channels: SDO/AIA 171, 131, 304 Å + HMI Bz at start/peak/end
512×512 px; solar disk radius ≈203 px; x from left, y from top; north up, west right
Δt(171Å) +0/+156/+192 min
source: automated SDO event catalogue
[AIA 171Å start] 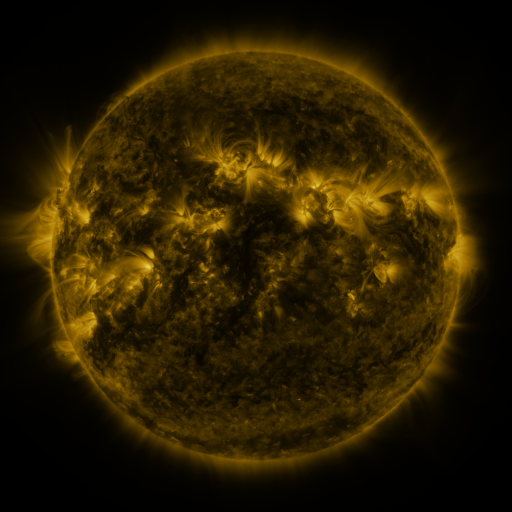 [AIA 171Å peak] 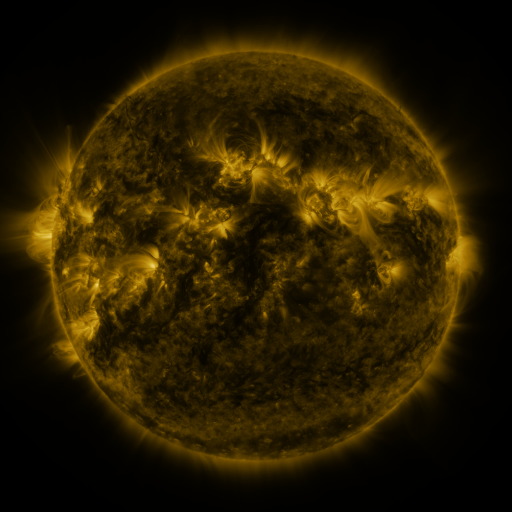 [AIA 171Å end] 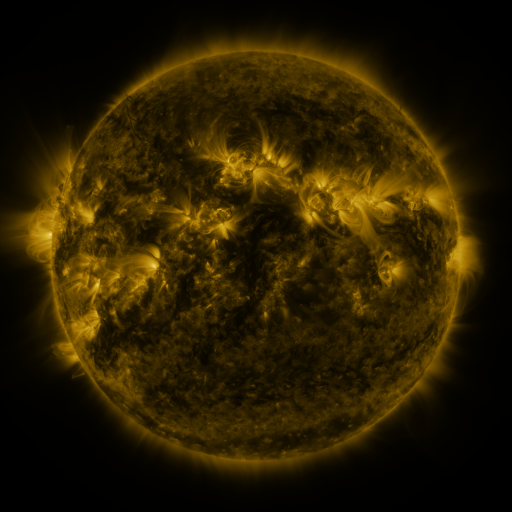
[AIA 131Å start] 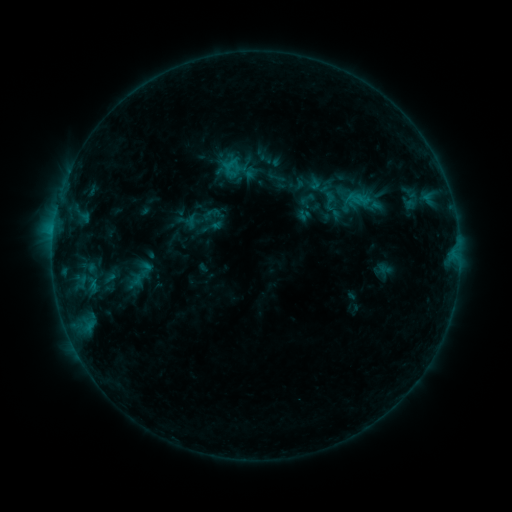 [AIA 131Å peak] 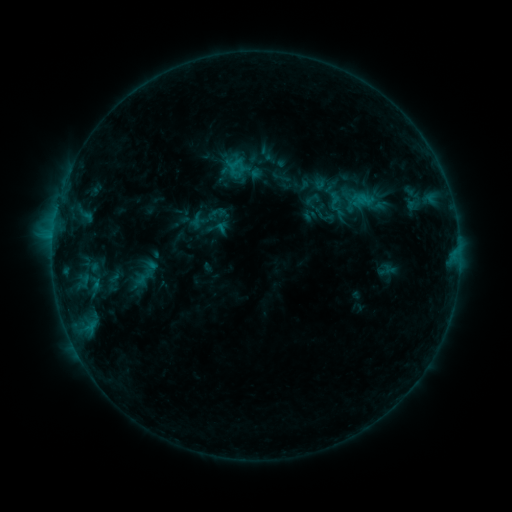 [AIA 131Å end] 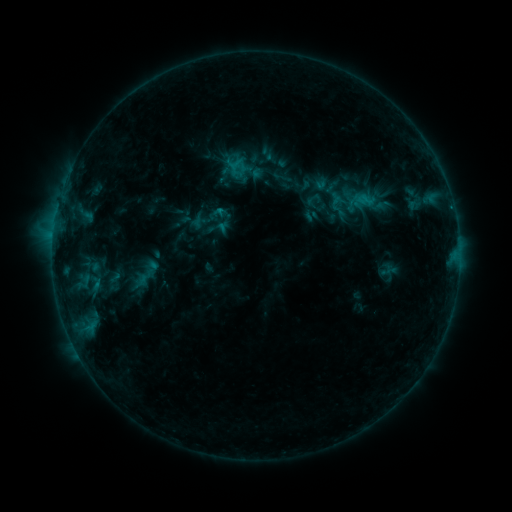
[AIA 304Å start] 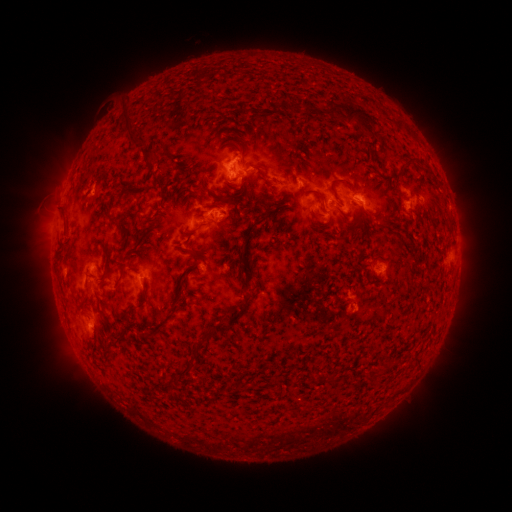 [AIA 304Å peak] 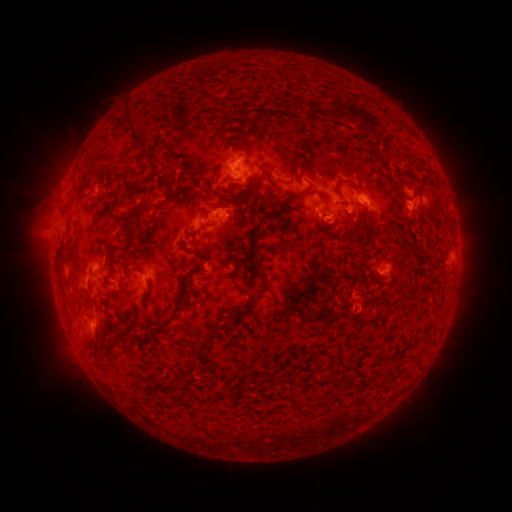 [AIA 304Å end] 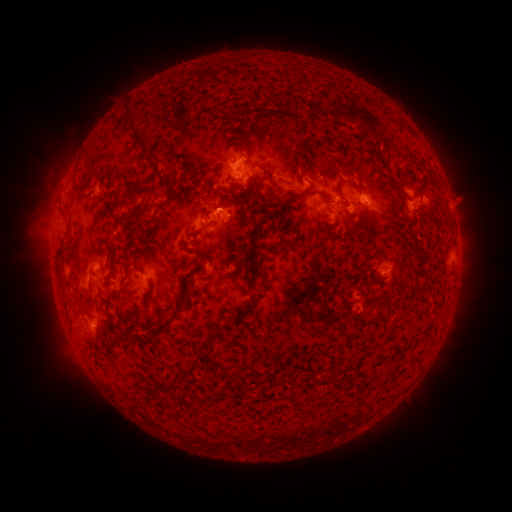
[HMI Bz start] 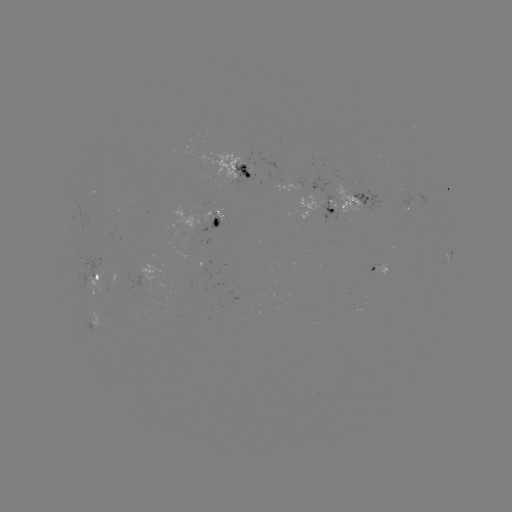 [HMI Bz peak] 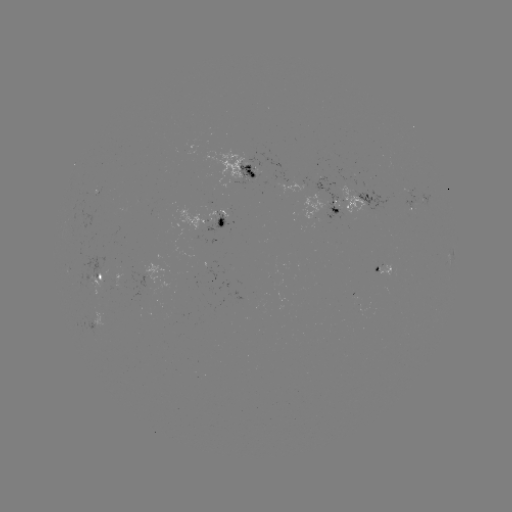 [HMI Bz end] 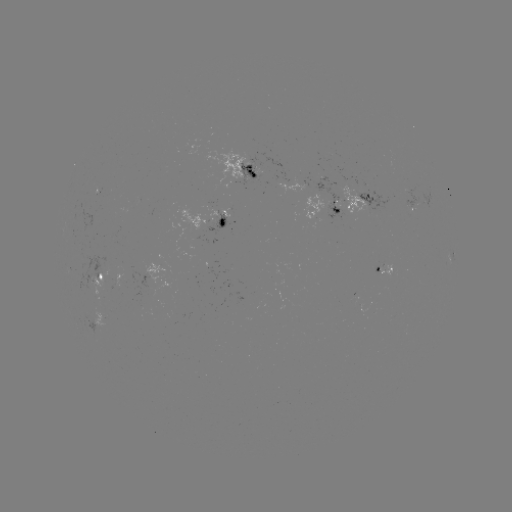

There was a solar emerging-flux region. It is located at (336, 205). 